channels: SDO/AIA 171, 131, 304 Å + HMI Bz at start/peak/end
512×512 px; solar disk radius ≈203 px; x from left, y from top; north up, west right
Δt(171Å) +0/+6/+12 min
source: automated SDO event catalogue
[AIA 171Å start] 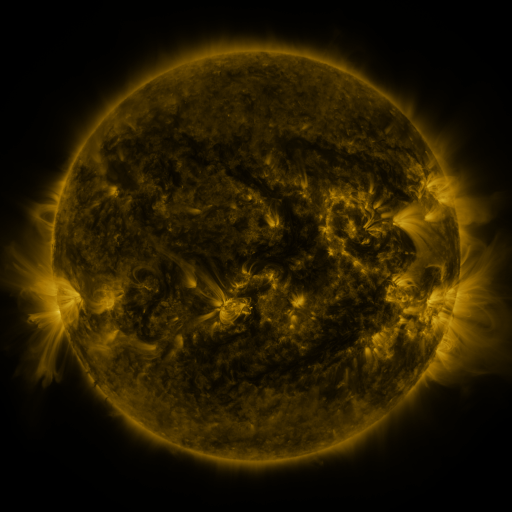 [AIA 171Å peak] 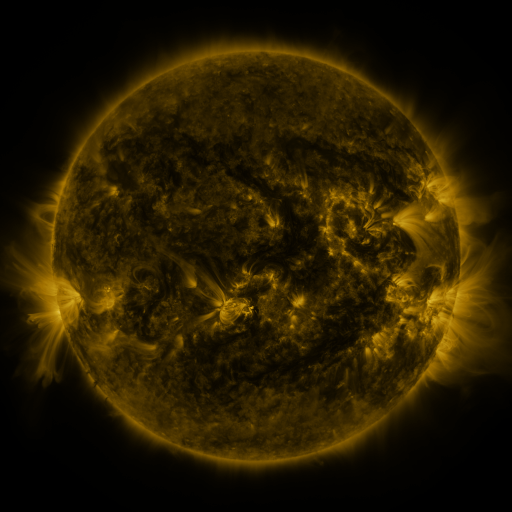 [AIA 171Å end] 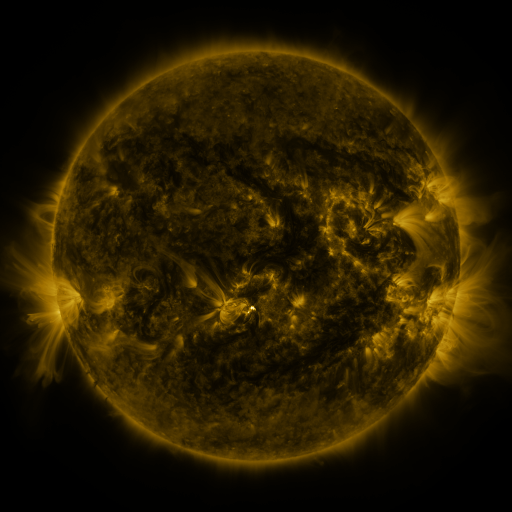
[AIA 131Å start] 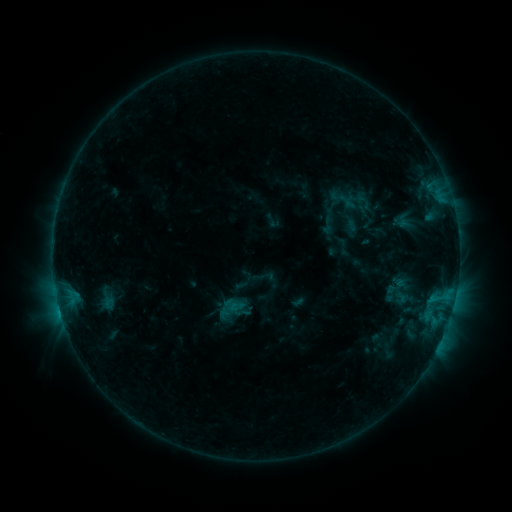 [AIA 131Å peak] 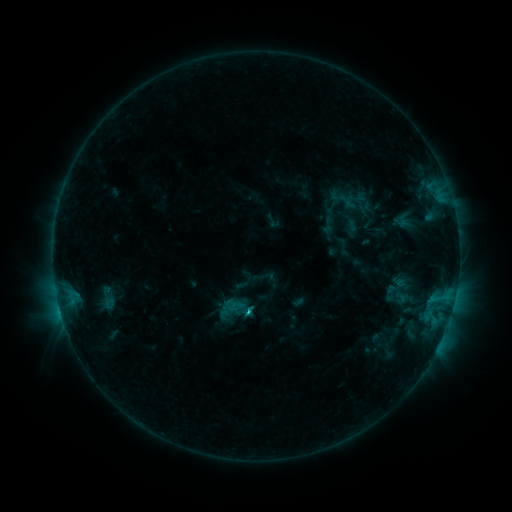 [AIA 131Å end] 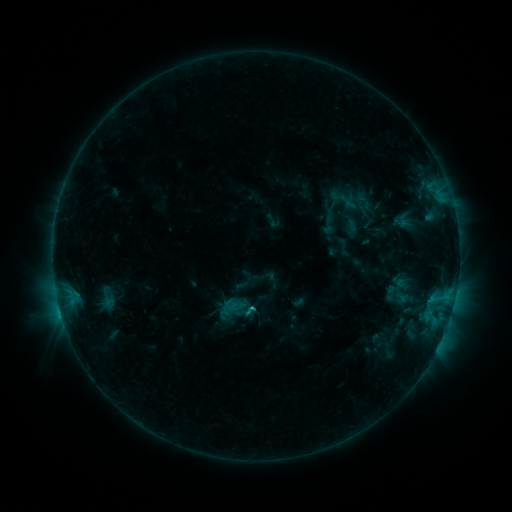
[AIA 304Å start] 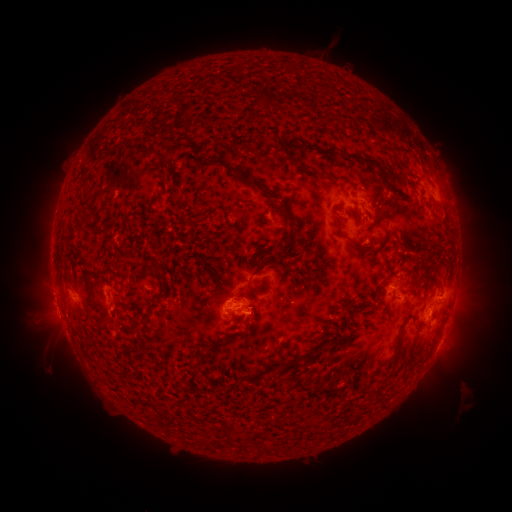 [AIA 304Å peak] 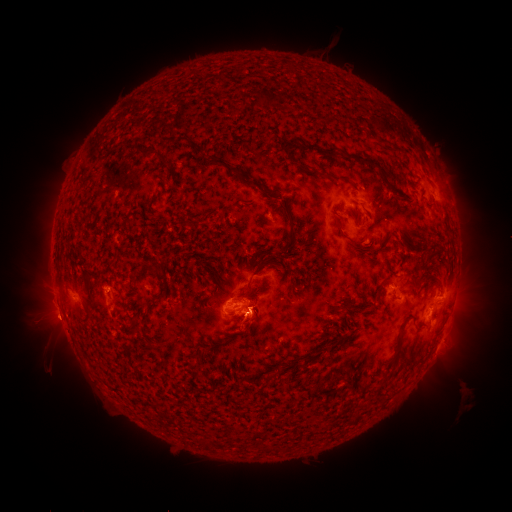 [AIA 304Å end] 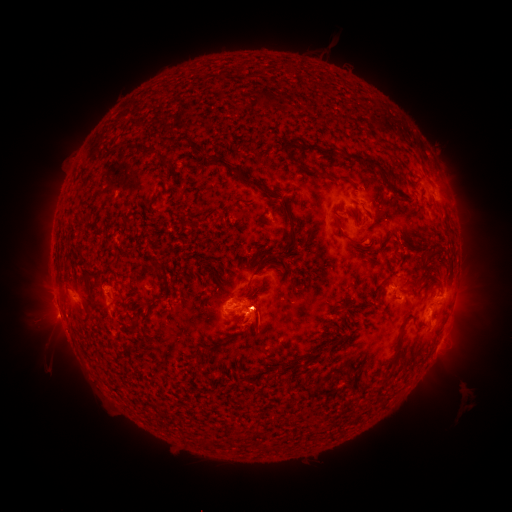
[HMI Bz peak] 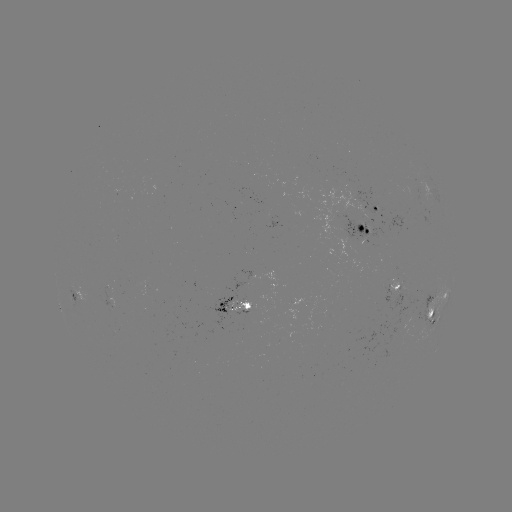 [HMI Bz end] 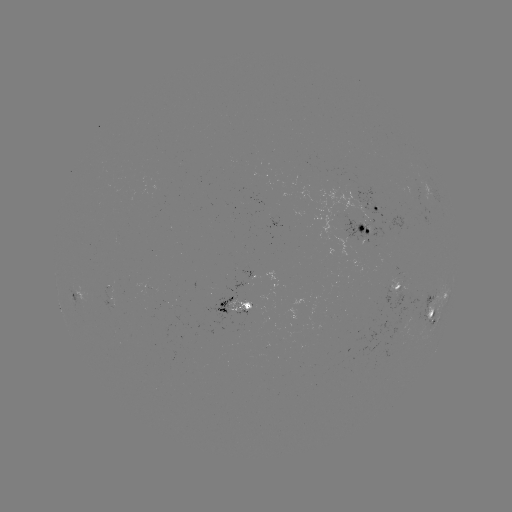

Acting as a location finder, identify C1.3 flare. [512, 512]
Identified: [249, 311].